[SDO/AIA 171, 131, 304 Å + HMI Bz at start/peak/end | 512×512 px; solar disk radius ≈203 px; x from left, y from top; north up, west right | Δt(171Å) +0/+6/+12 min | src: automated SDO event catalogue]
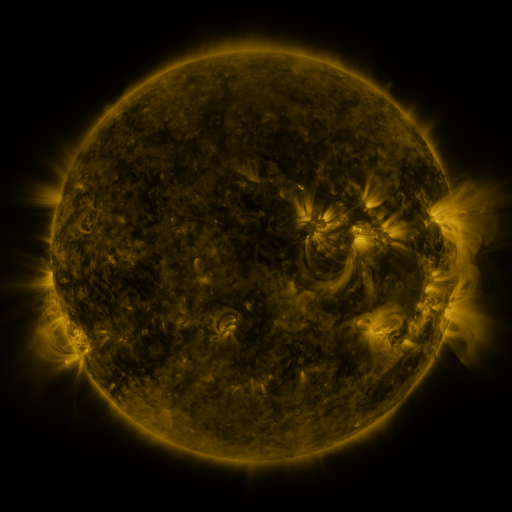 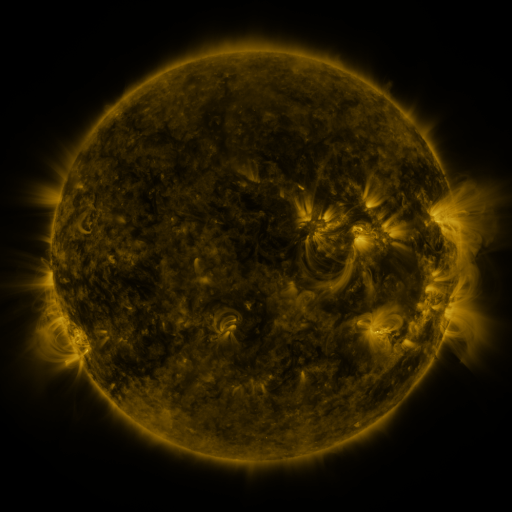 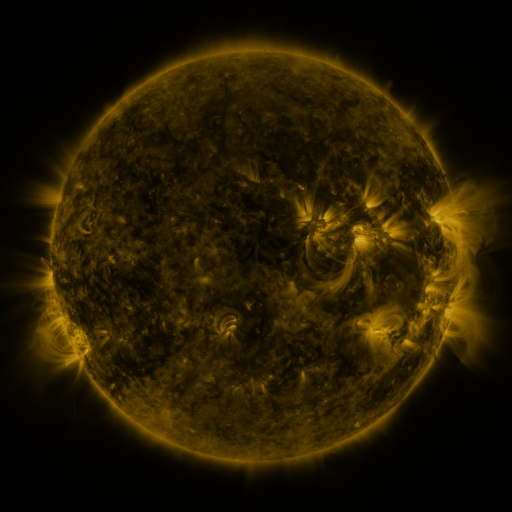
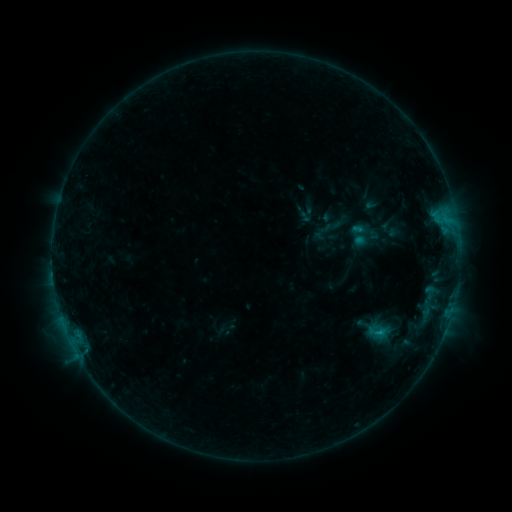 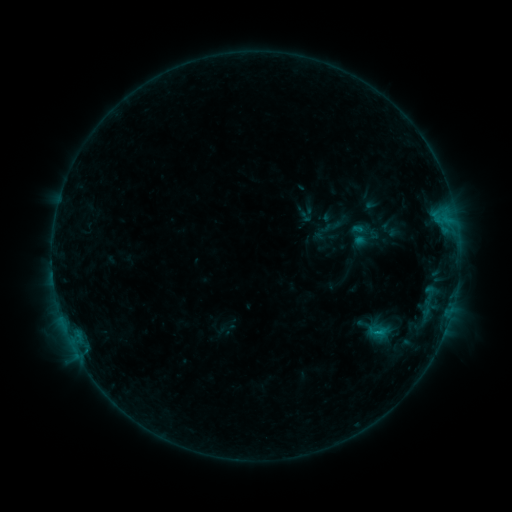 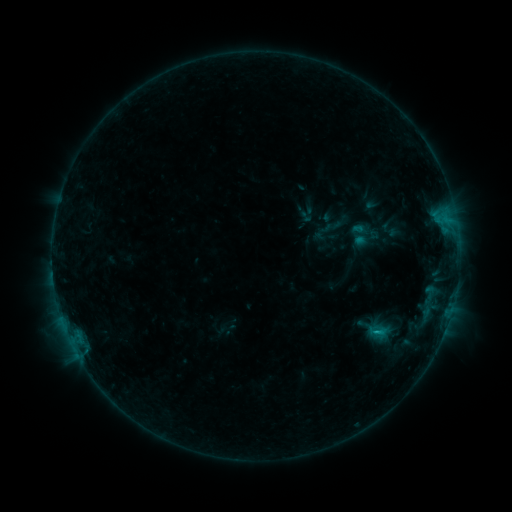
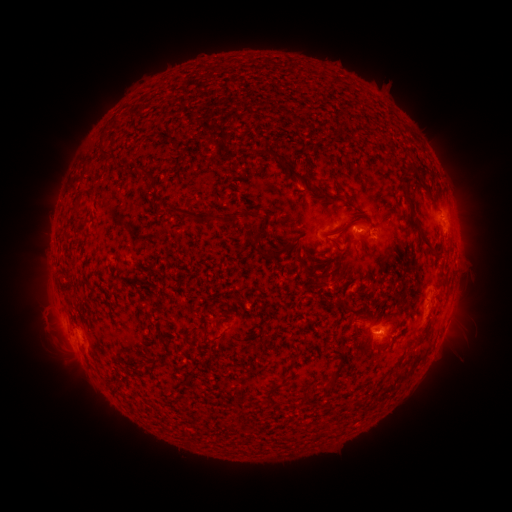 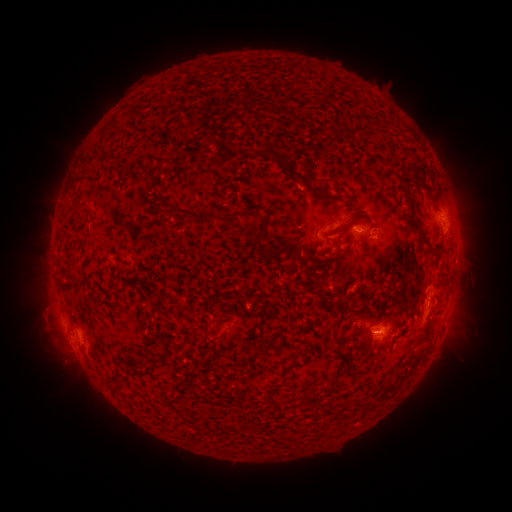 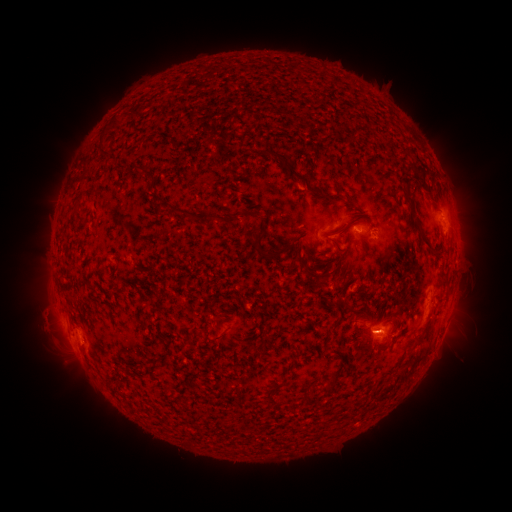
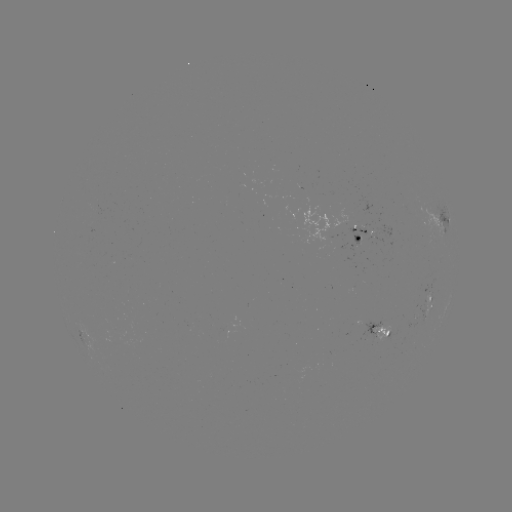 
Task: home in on B7.3 flare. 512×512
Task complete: [376, 331].